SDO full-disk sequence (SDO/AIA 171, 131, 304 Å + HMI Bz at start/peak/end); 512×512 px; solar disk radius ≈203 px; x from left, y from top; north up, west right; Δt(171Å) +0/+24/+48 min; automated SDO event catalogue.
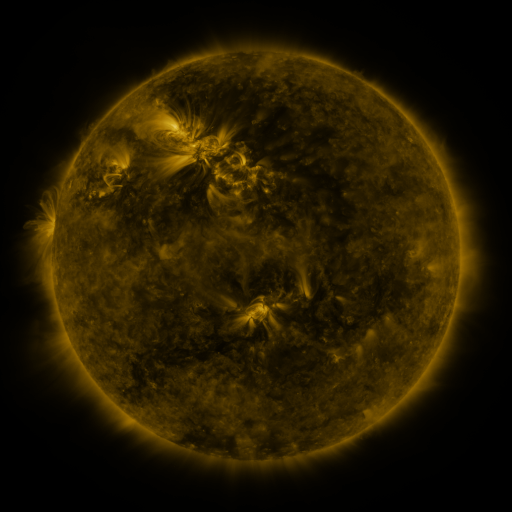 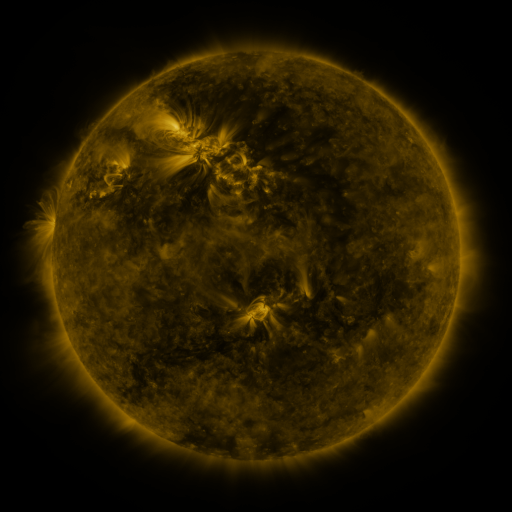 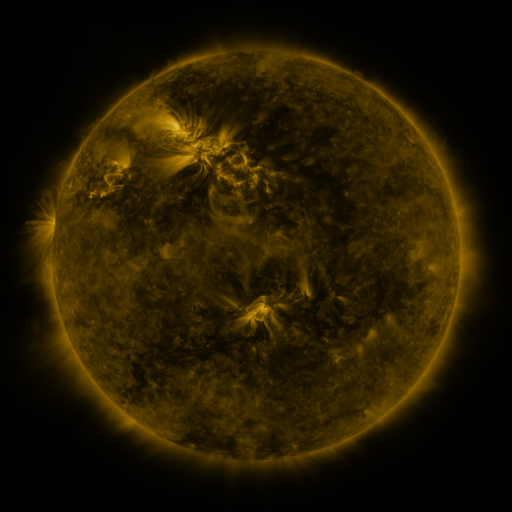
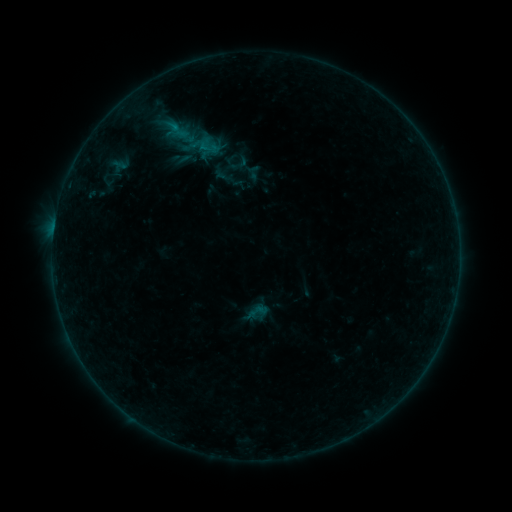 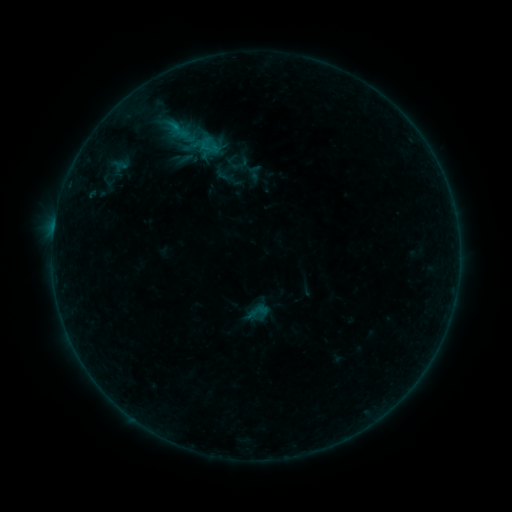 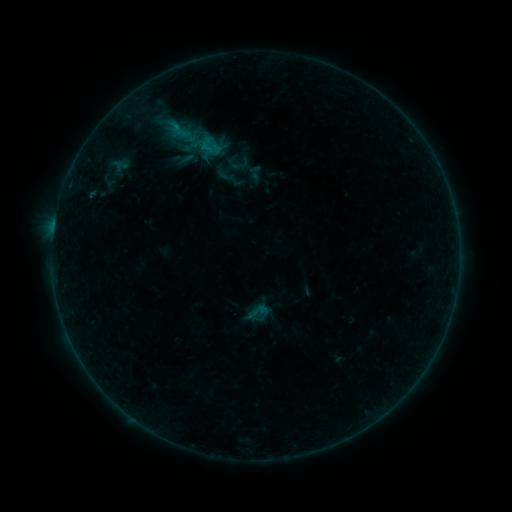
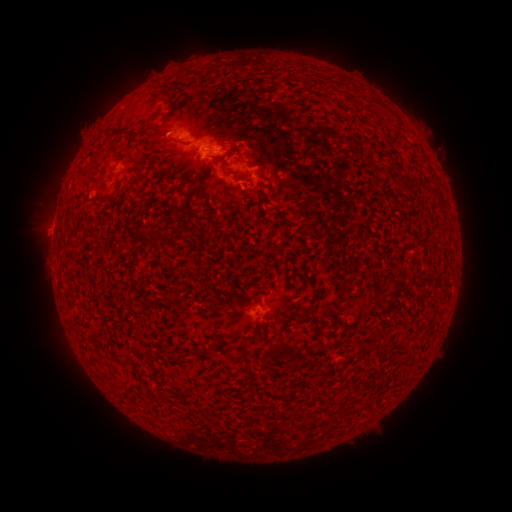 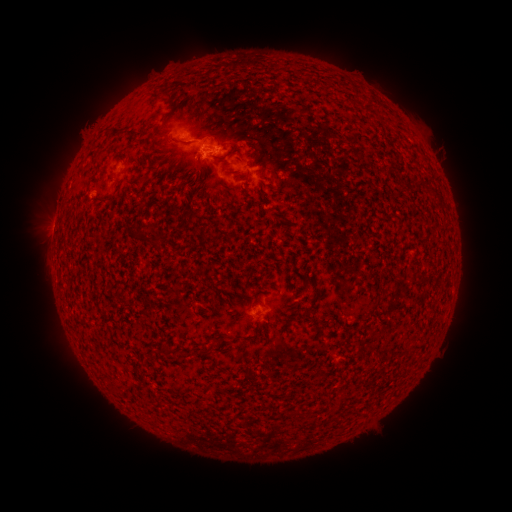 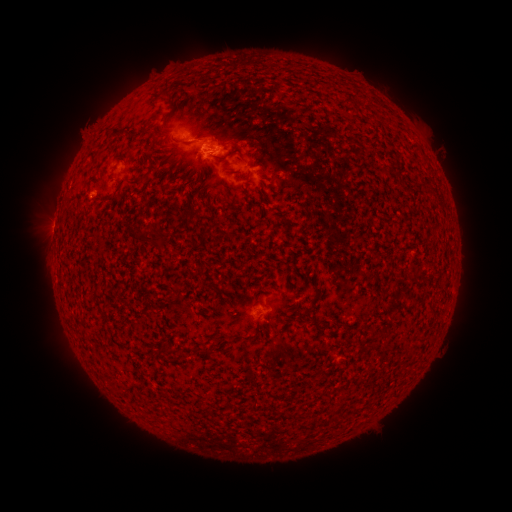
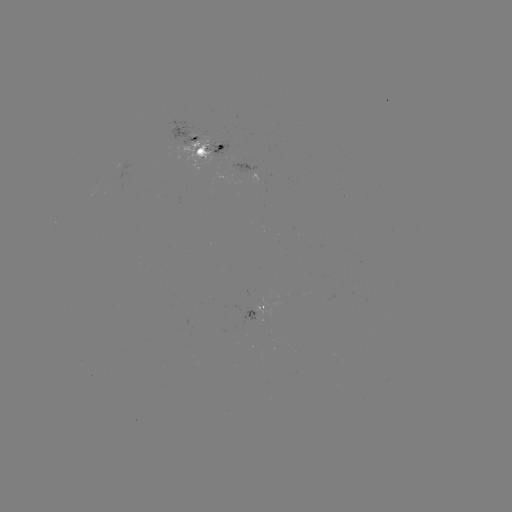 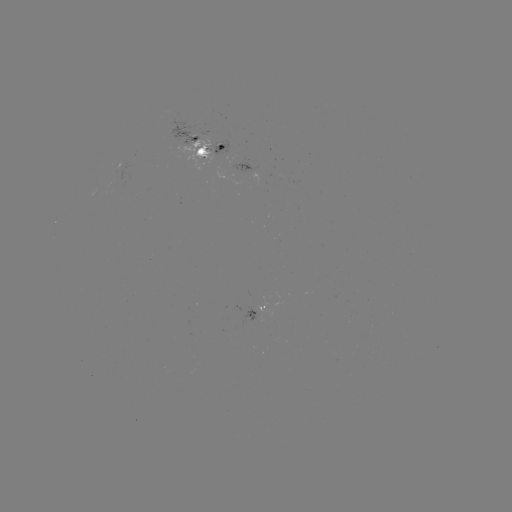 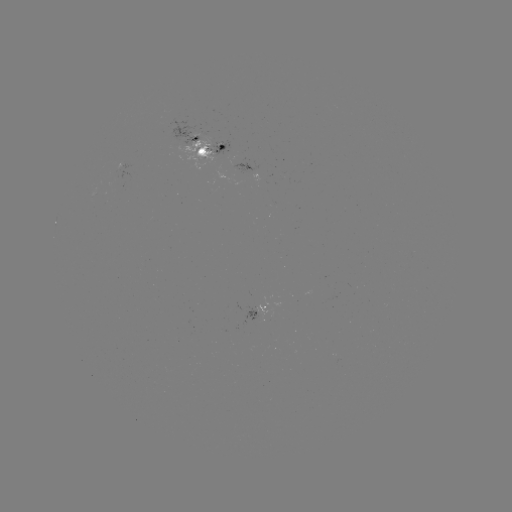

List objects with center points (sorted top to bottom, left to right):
emerging-flux region: (257, 317)
